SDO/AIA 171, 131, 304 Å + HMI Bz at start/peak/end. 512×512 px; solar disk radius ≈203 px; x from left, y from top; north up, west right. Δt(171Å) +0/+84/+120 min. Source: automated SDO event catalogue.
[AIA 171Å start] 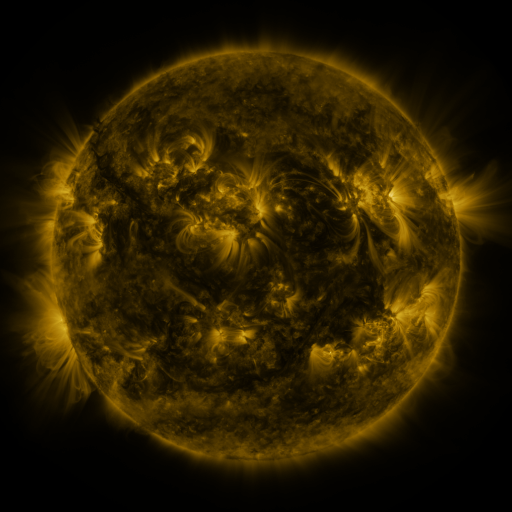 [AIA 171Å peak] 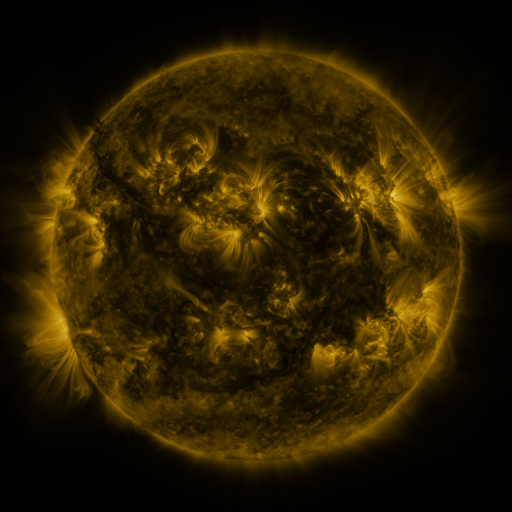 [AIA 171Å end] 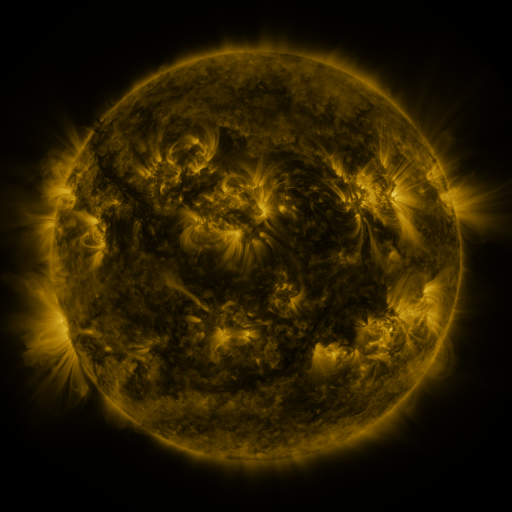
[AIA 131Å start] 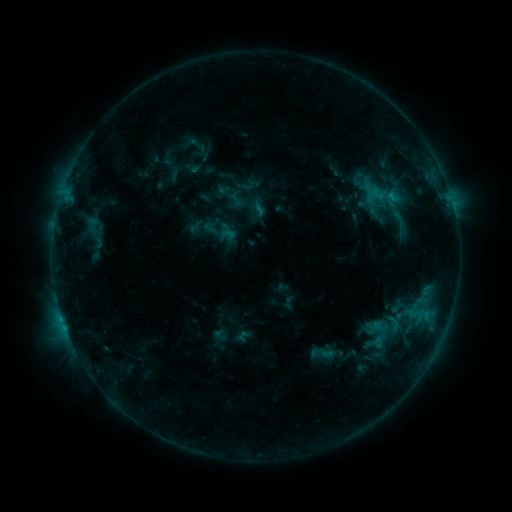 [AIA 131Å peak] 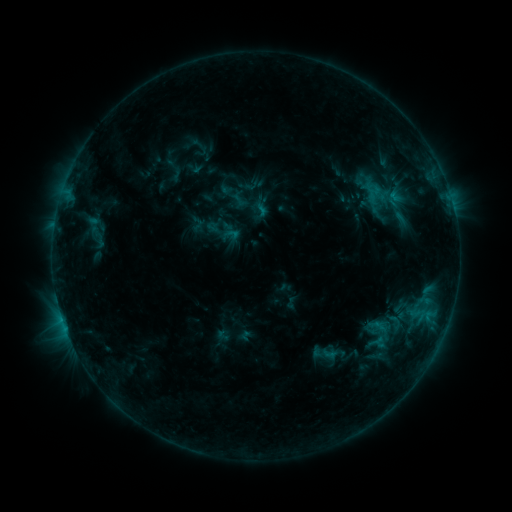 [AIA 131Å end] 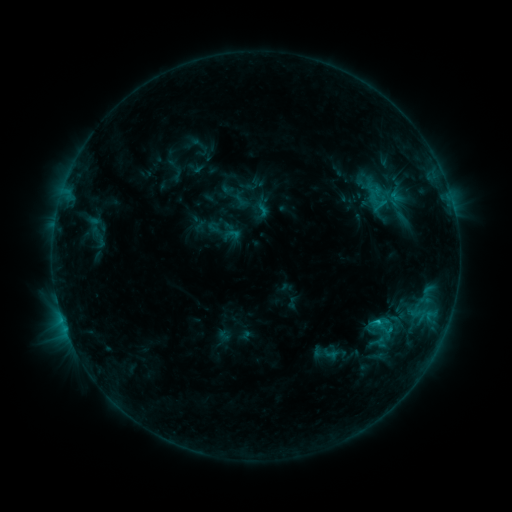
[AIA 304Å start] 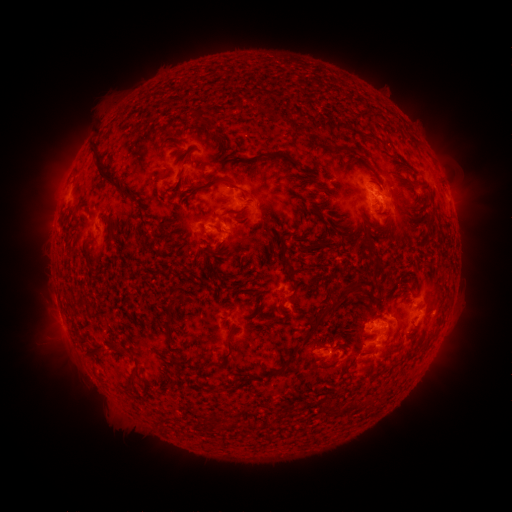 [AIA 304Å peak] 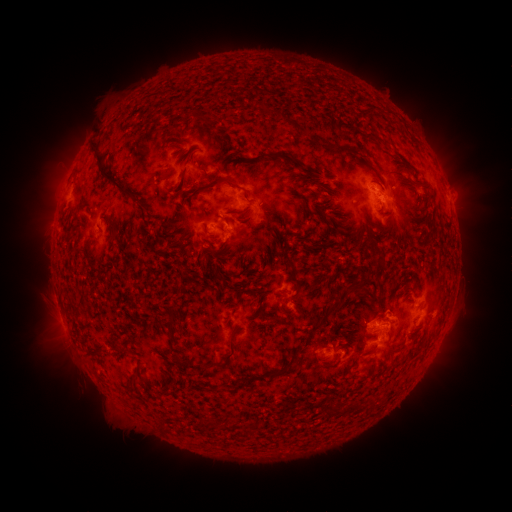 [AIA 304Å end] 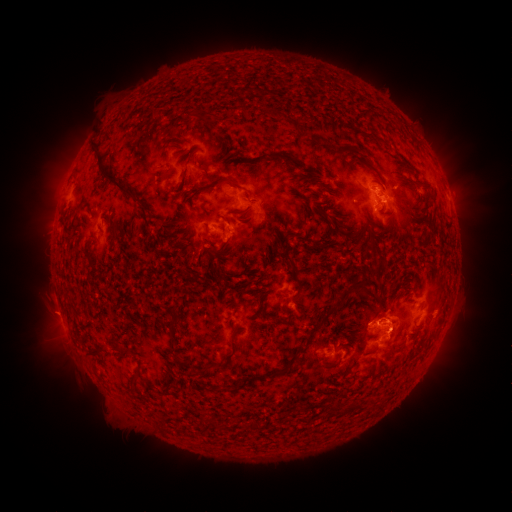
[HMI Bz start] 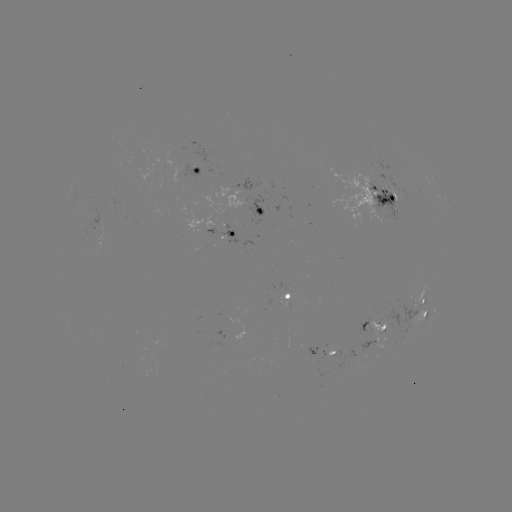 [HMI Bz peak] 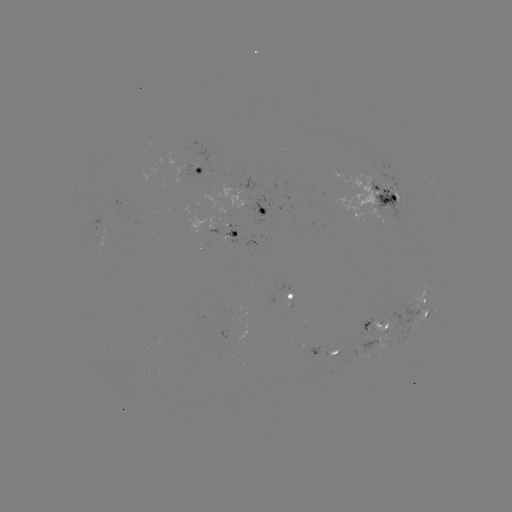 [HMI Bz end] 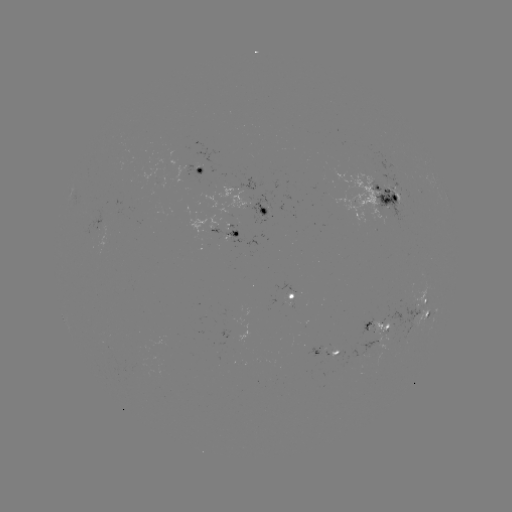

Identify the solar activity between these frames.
emerging-flux region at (159, 182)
